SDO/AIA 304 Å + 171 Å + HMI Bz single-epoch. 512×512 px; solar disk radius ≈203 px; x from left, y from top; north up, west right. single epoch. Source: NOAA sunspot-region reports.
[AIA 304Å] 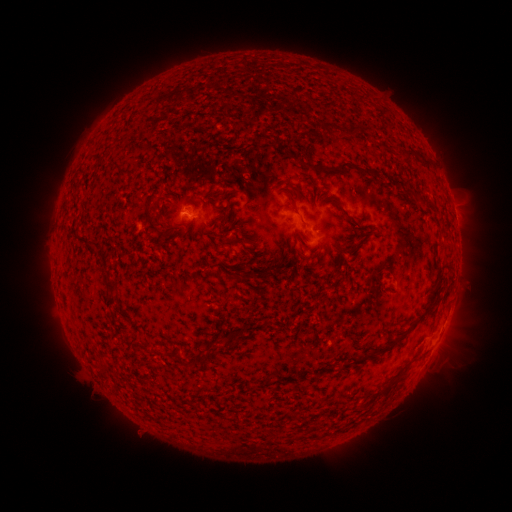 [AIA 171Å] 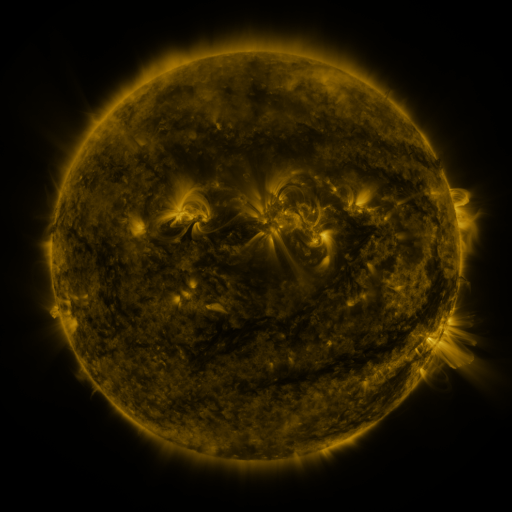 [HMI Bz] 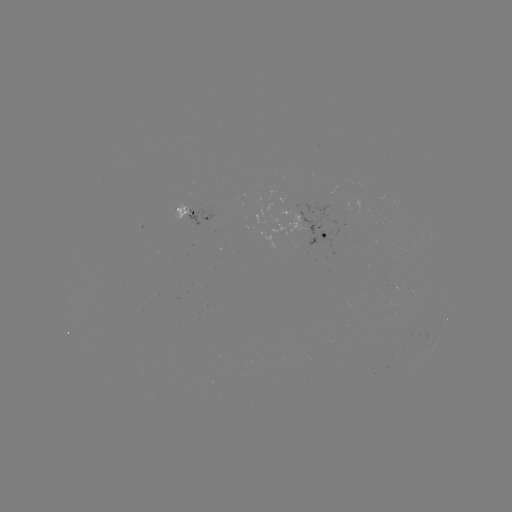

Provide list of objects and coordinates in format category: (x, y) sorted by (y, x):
spotted active region: (195, 211)
spotted active region: (324, 232)
spotted active region: (447, 318)
